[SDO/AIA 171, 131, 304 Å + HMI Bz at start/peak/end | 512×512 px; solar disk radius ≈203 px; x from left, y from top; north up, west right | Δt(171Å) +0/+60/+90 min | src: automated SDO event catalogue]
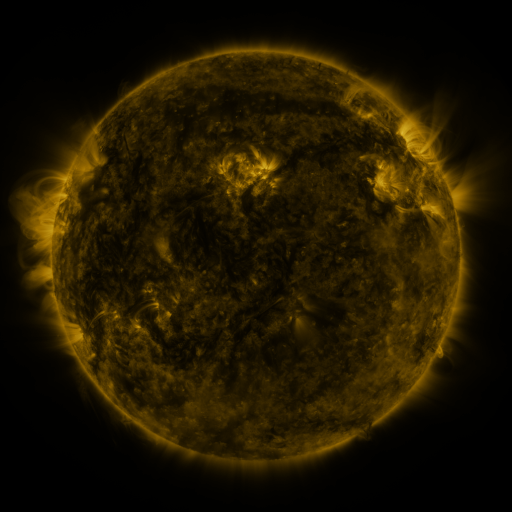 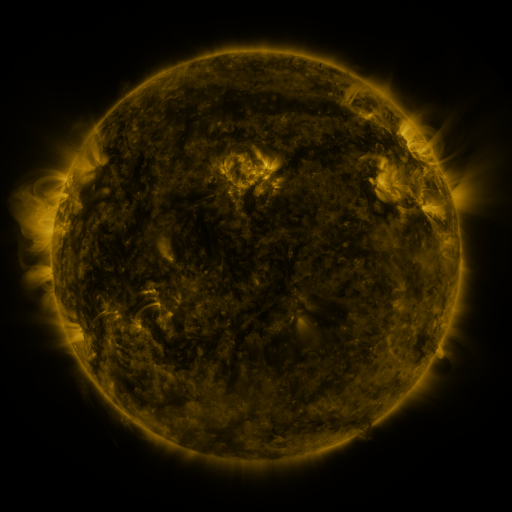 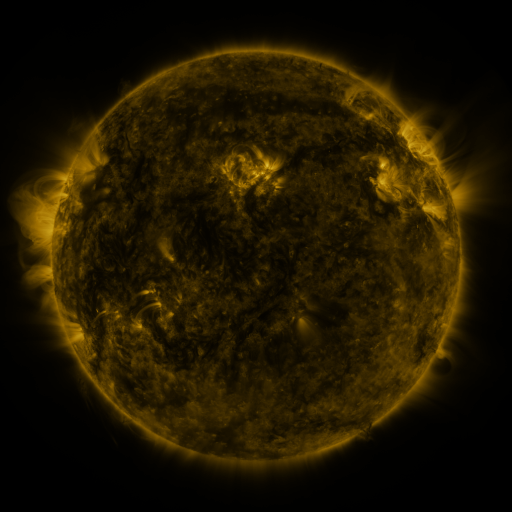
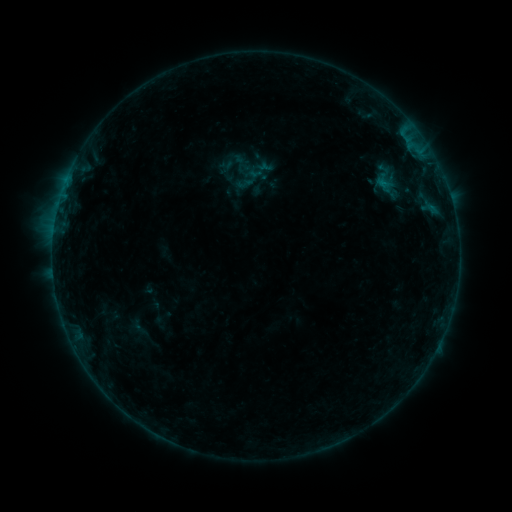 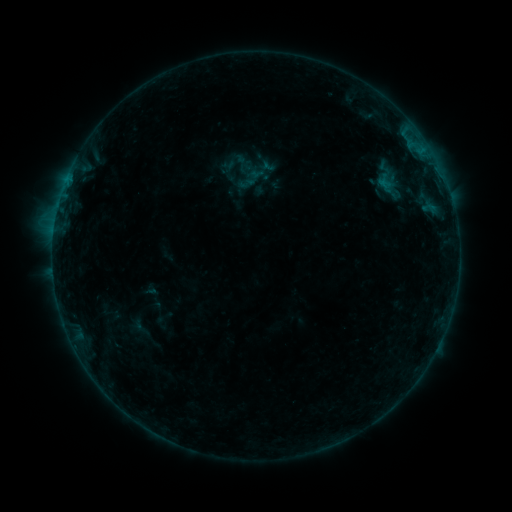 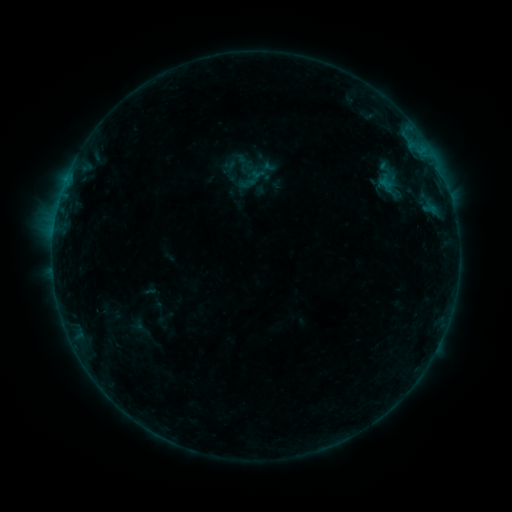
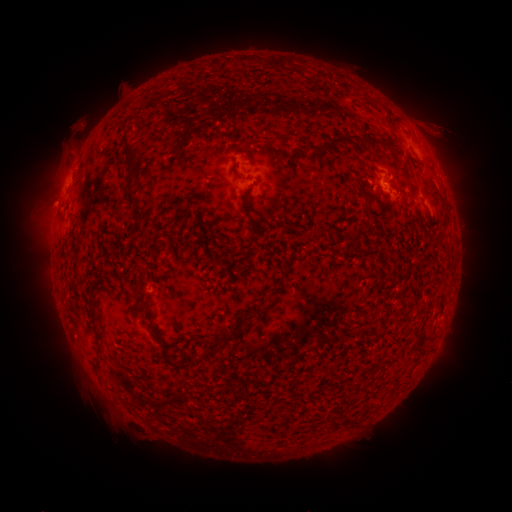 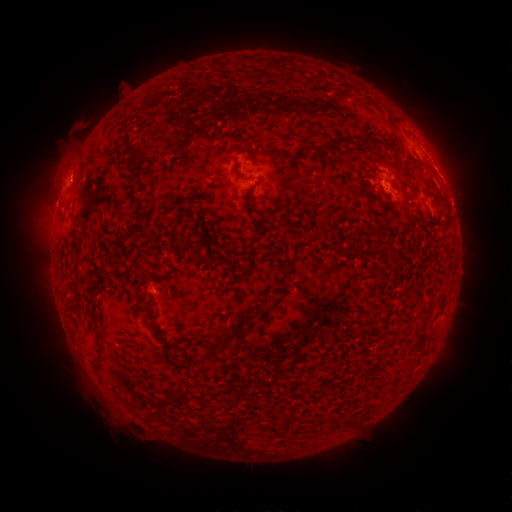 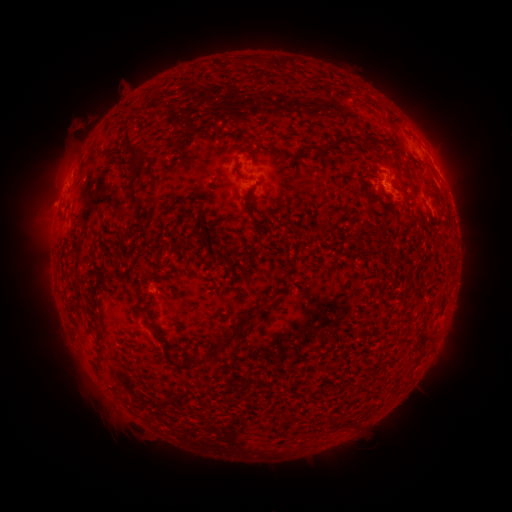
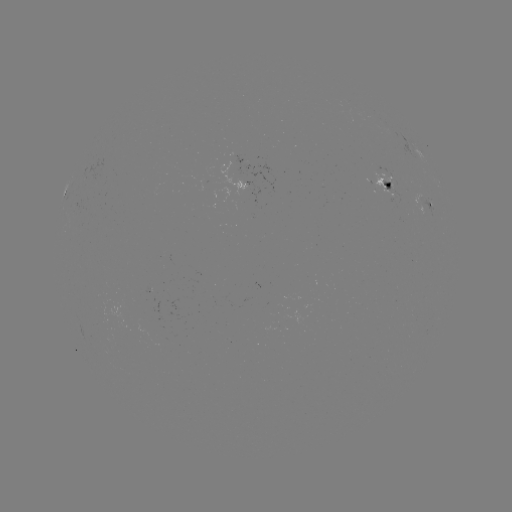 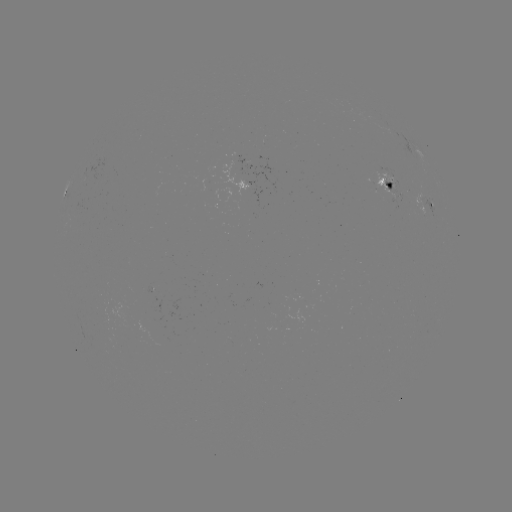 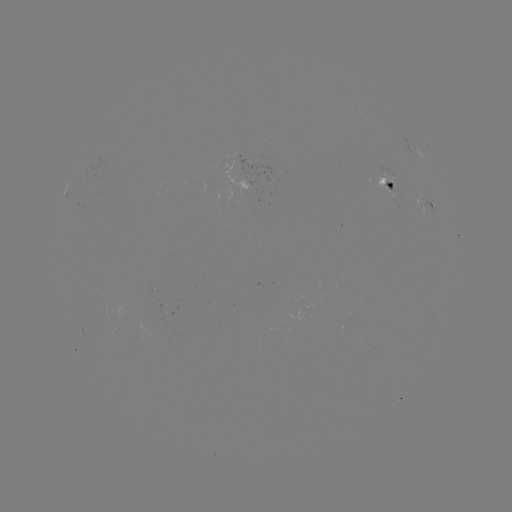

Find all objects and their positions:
B6.4 flare: (68, 182)
